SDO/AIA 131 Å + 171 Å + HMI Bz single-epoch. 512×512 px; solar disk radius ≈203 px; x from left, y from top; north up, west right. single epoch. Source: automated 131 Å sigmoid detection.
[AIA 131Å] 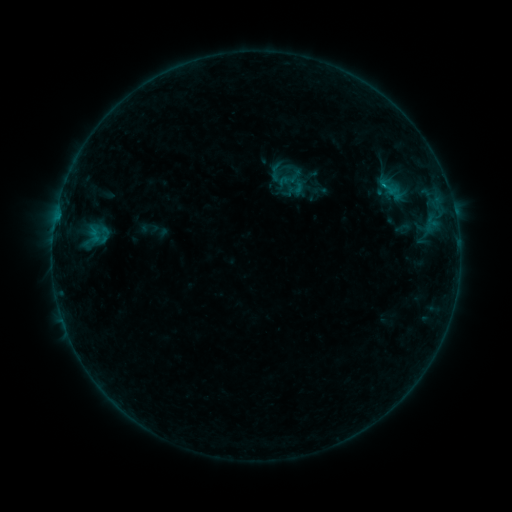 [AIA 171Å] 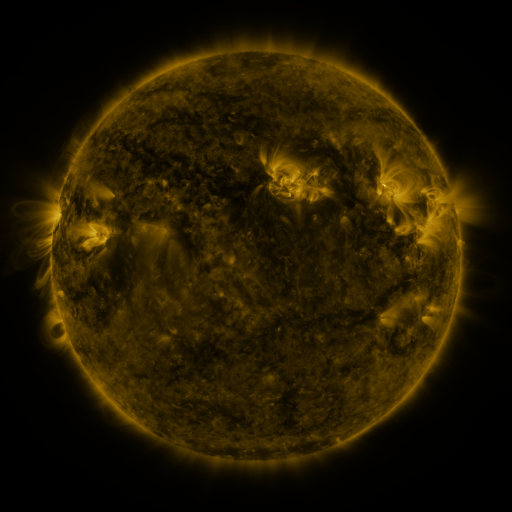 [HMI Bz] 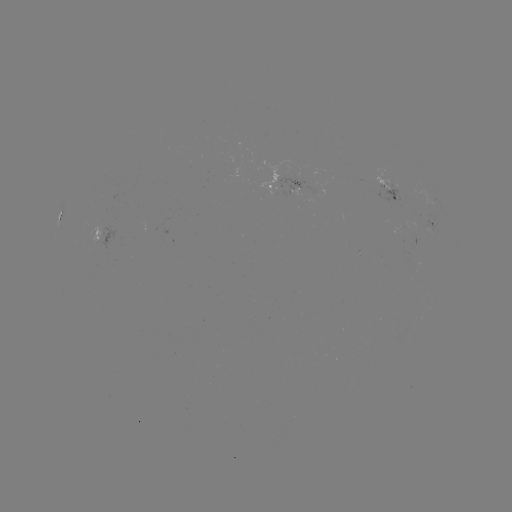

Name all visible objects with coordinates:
sigmoid: <bbox>265, 162, 286, 182</bbox>
sigmoid: <bbox>393, 219, 413, 239</bbox>
